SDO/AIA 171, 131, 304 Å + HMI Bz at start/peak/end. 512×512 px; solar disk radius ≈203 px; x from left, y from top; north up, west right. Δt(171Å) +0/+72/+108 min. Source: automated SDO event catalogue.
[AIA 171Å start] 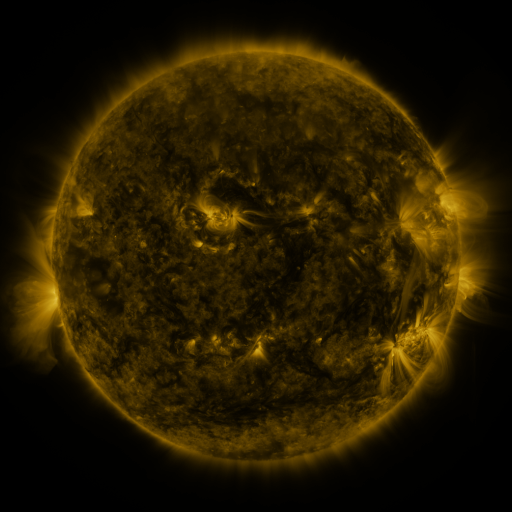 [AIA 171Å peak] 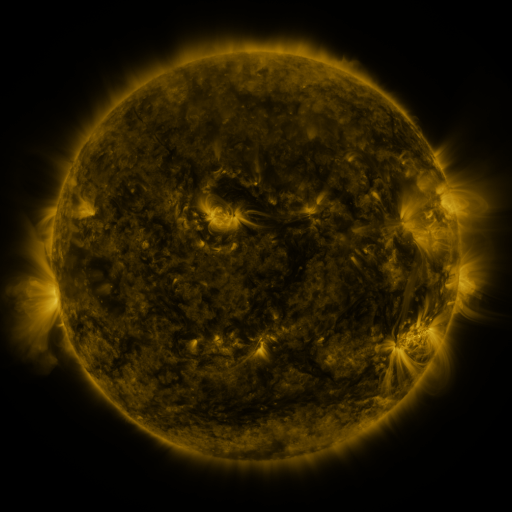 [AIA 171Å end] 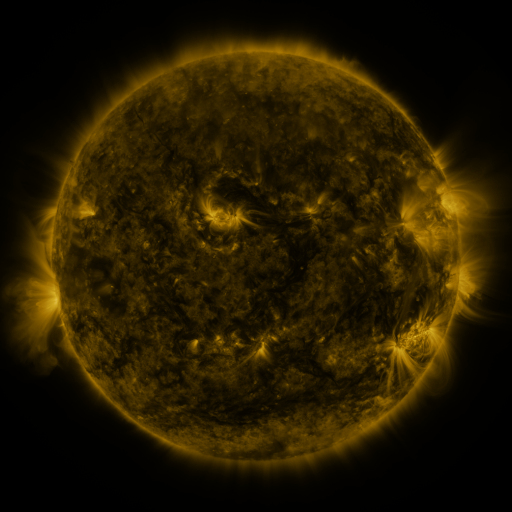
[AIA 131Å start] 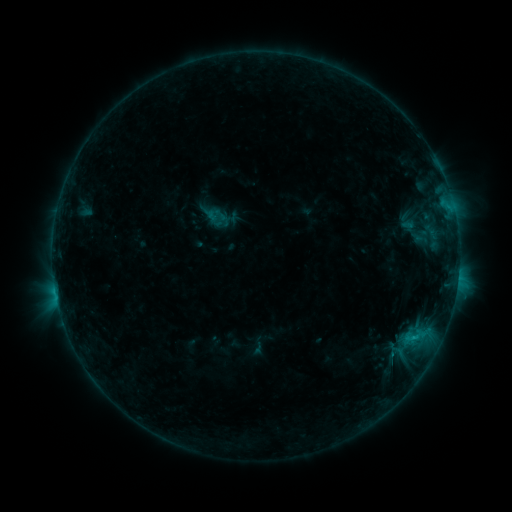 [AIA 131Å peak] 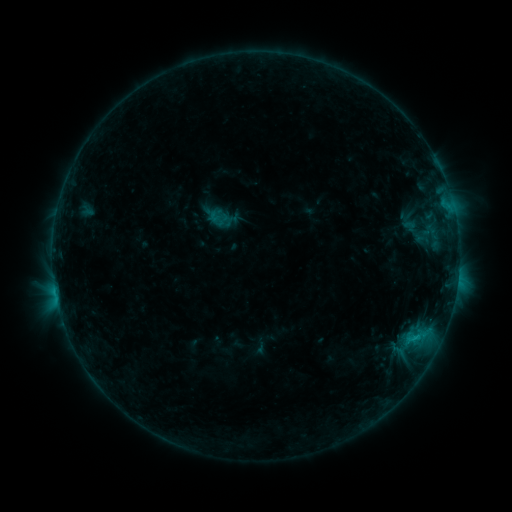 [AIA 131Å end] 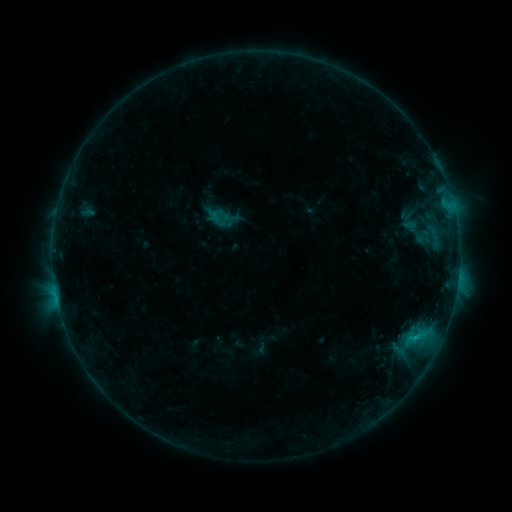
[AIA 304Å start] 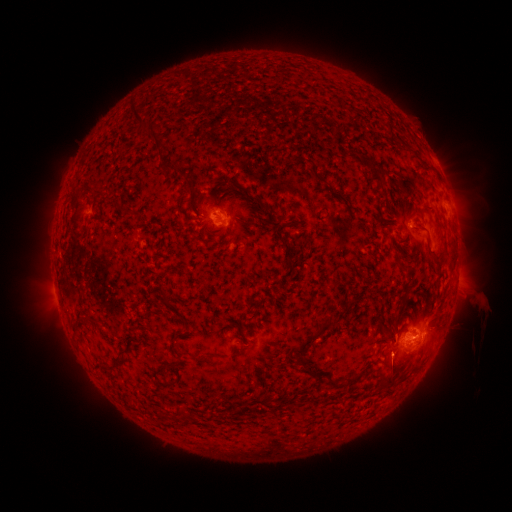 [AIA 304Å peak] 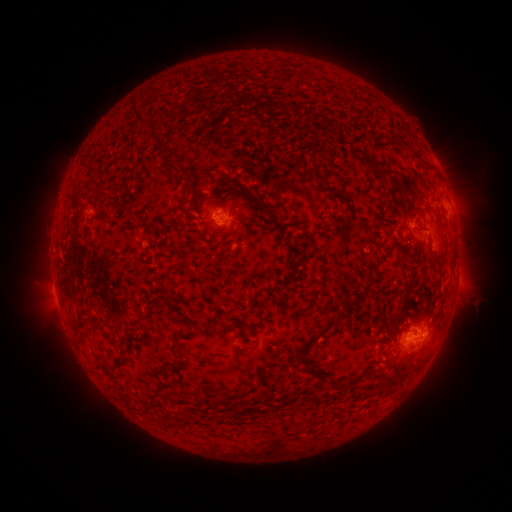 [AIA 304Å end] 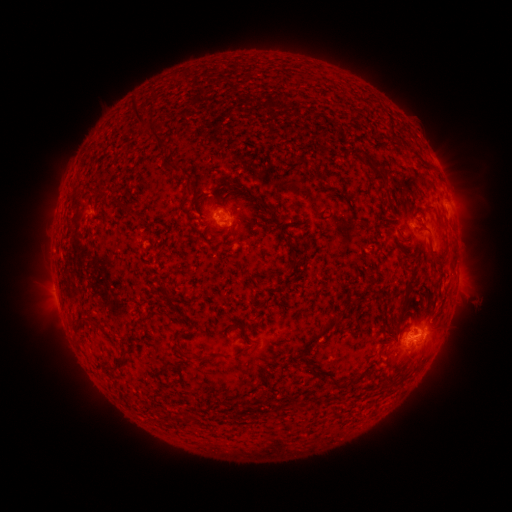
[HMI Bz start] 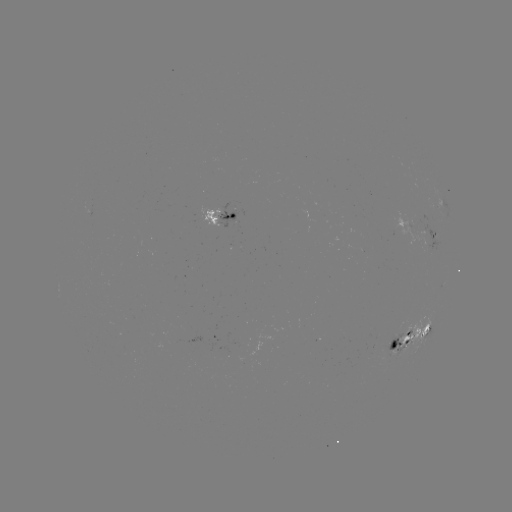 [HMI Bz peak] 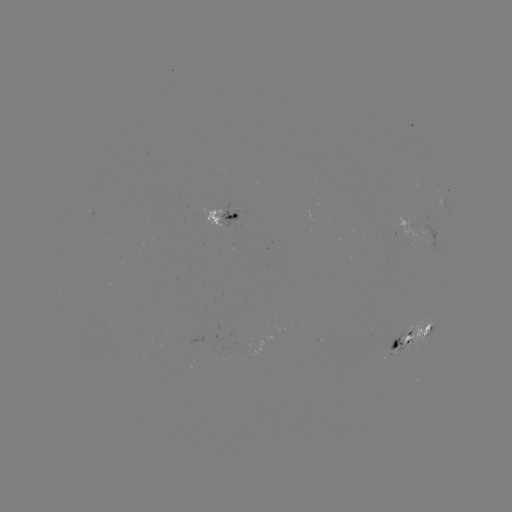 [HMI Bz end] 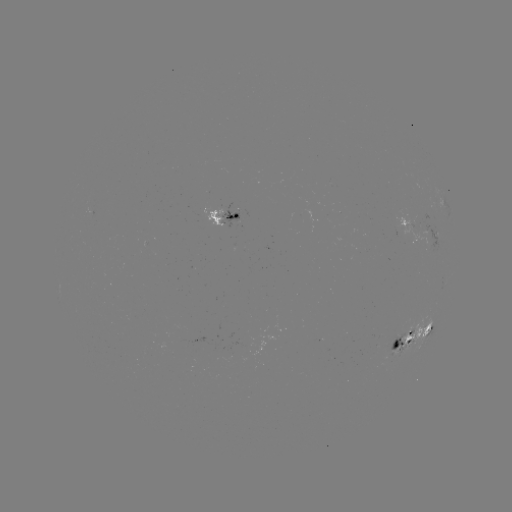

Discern emerging-flux region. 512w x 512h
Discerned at [238, 245].